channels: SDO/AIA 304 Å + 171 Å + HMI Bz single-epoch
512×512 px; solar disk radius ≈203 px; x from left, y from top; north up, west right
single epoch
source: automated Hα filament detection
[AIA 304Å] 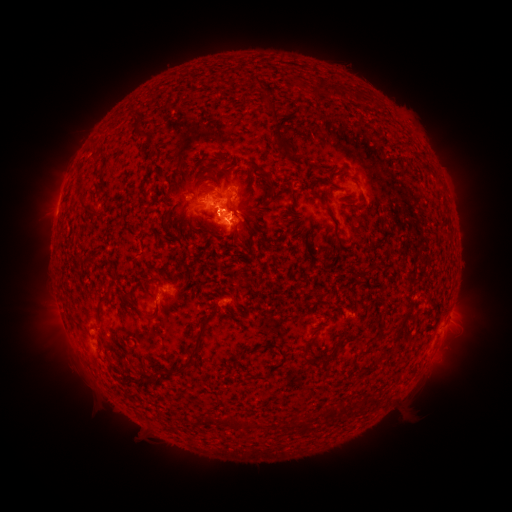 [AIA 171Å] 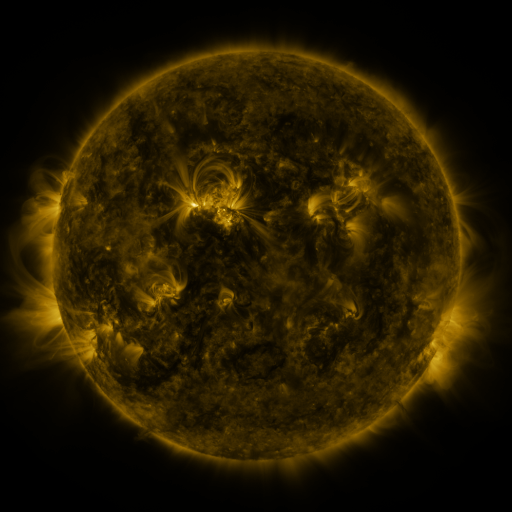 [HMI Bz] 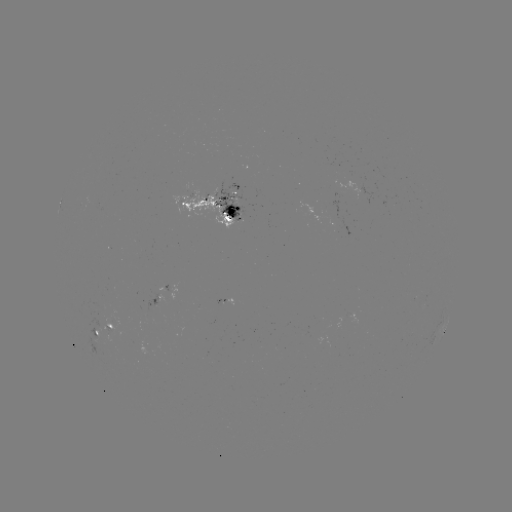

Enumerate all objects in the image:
filament: (337, 88, 345, 99)
filament: (263, 102, 274, 111)
filament: (273, 133, 285, 146)
filament: (280, 146, 301, 163)
filament: (215, 153, 226, 161)
filament: (220, 161, 234, 171)
filament: (423, 165, 434, 175)
filament: (262, 174, 272, 184)
filament: (205, 186, 215, 194)
filament: (270, 189, 283, 203)
filament: (289, 191, 296, 204)
filament: (311, 192, 333, 217)
filament: (84, 208, 95, 217)
filament: (207, 210, 218, 223)
filament: (160, 215, 170, 231)
filament: (187, 217, 193, 227)
filament: (231, 220, 247, 234)
filament: (95, 296, 113, 326)
filament: (144, 302, 161, 322)
filament: (178, 332, 205, 374)
filament: (332, 334, 355, 350)
filament: (243, 338, 288, 382)
filament: (301, 349, 322, 367)
filament: (108, 362, 117, 375)
filament: (167, 369, 179, 376)
filament: (339, 401, 351, 415)
filament: (324, 405, 341, 416)
filament: (210, 414, 269, 431)
filament: (302, 418, 311, 432)
